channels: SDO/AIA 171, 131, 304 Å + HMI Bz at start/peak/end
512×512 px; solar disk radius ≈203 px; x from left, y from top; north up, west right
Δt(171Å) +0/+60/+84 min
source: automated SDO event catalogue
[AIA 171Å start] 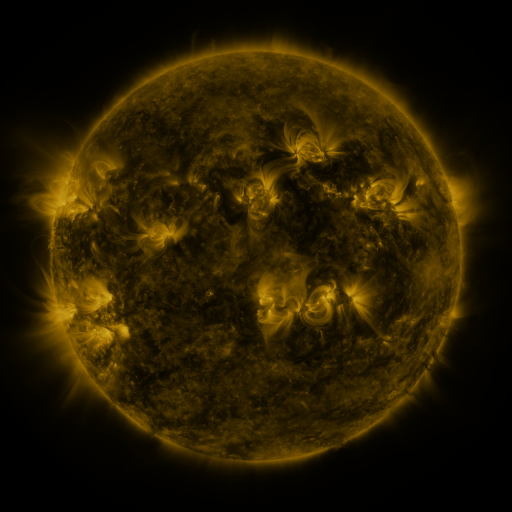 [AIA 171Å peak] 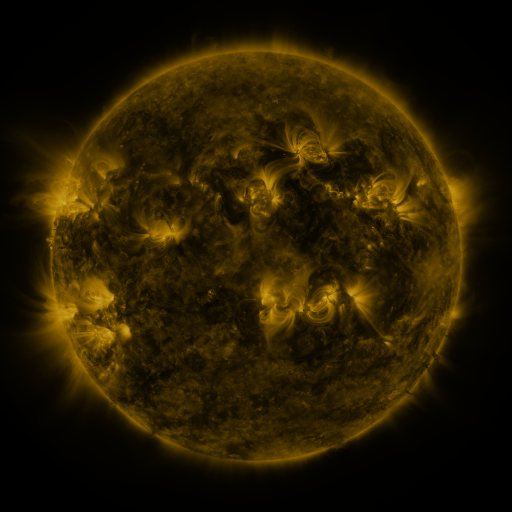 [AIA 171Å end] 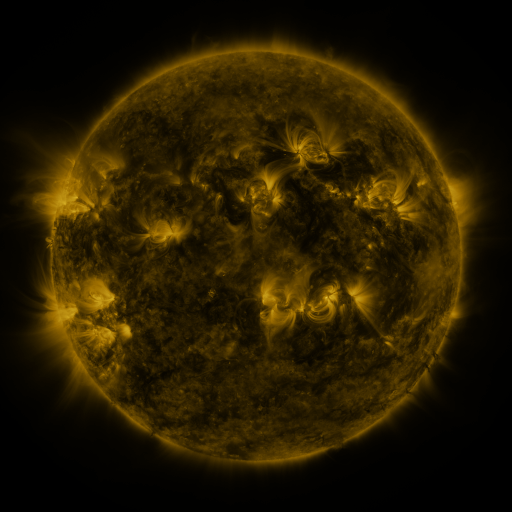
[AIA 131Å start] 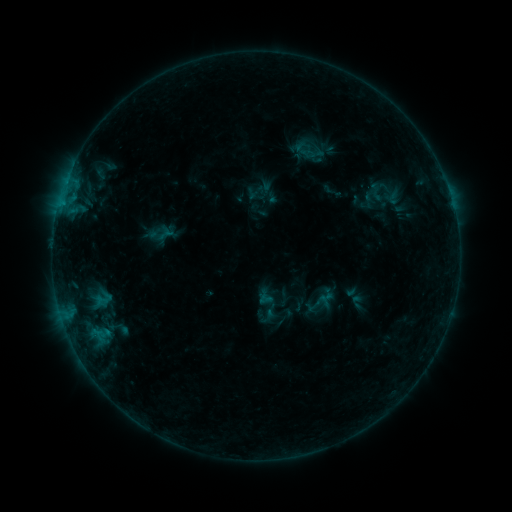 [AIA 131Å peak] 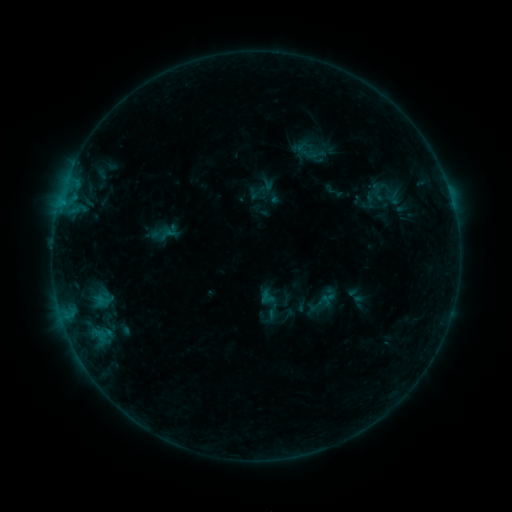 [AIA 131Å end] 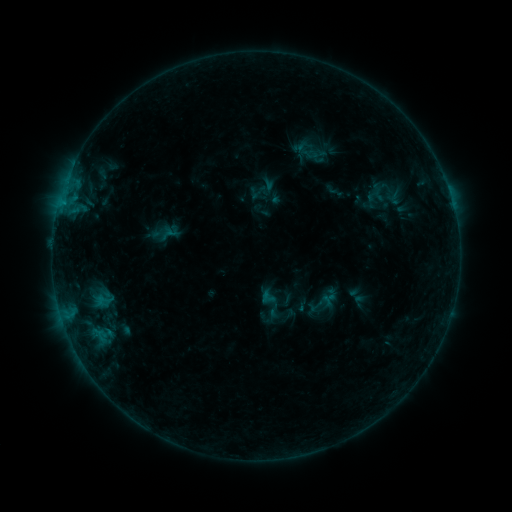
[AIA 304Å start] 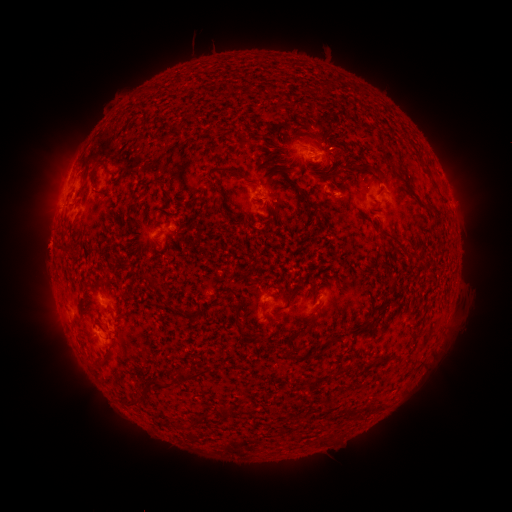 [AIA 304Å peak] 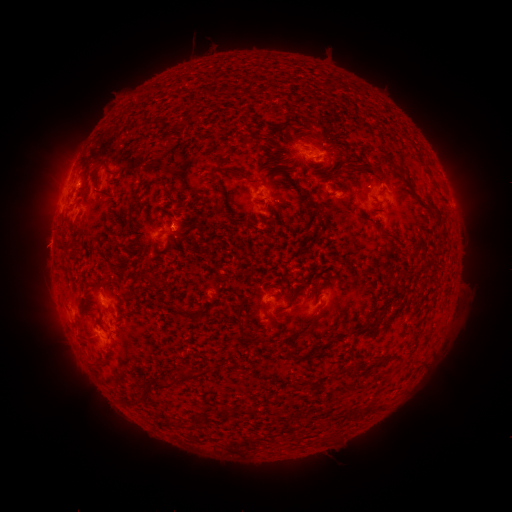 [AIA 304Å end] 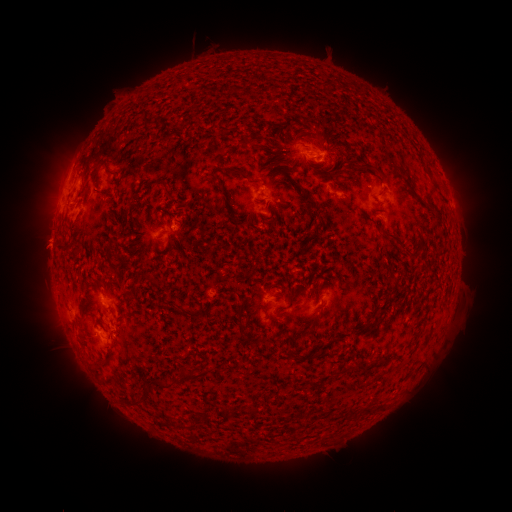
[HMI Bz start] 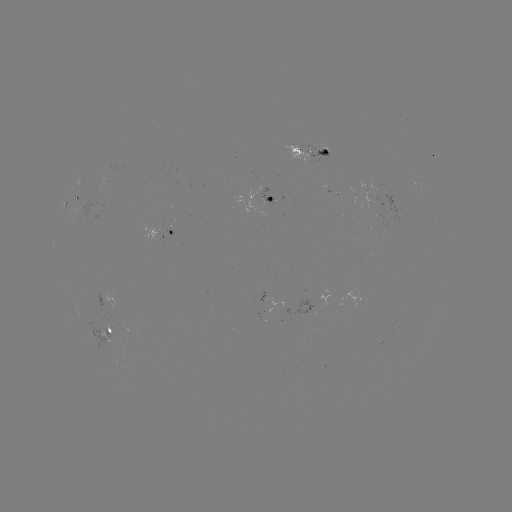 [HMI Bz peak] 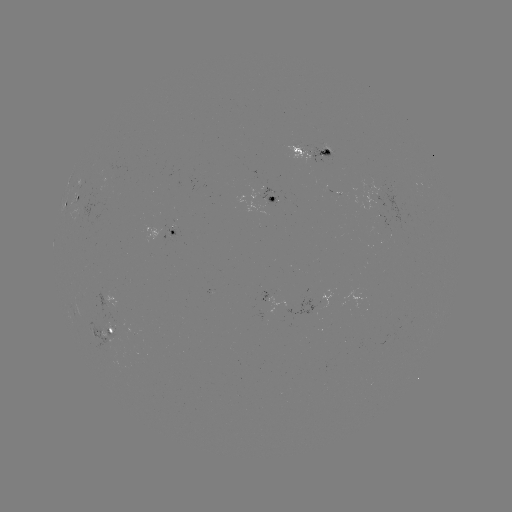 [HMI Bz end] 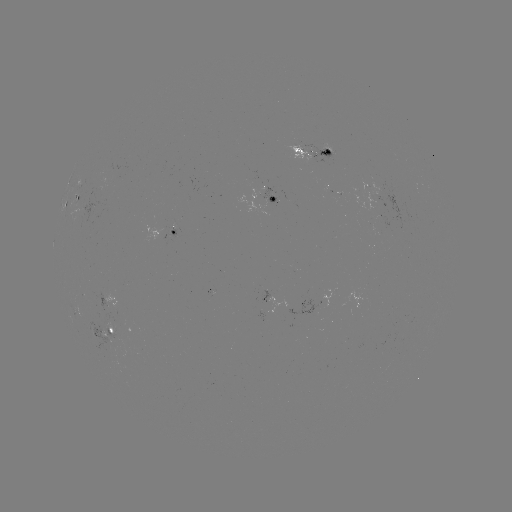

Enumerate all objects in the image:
emerging-flux region: (317, 153)
